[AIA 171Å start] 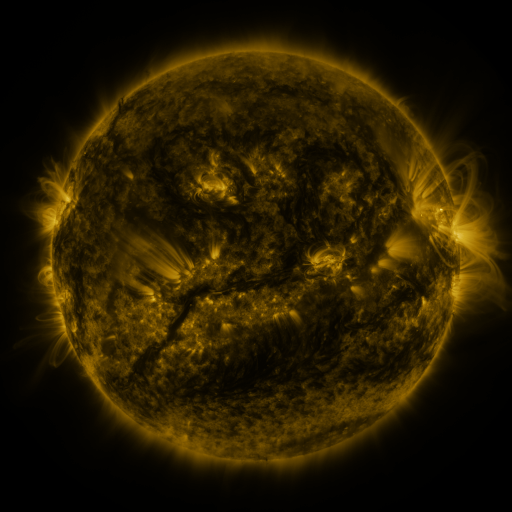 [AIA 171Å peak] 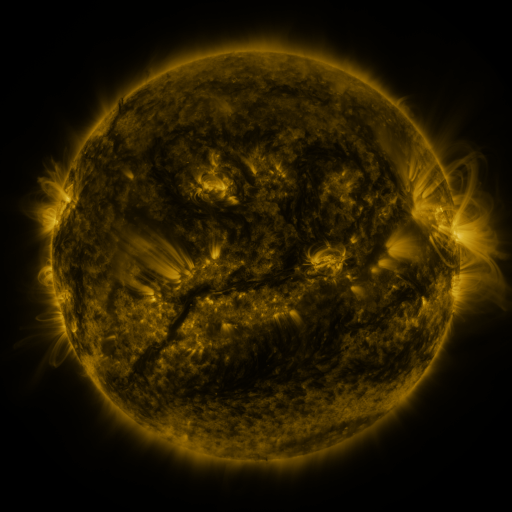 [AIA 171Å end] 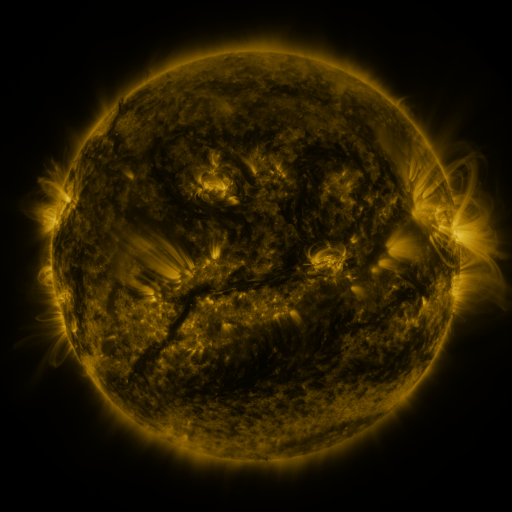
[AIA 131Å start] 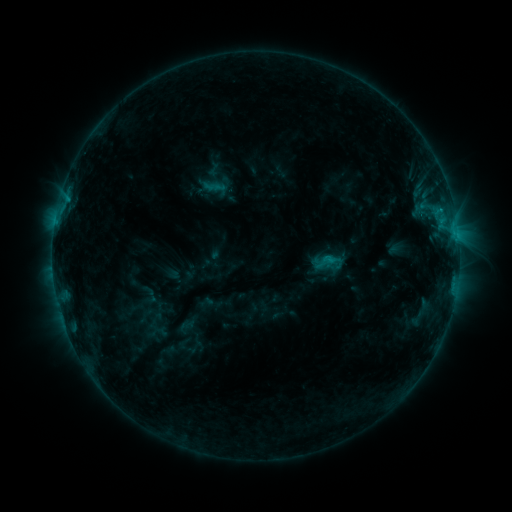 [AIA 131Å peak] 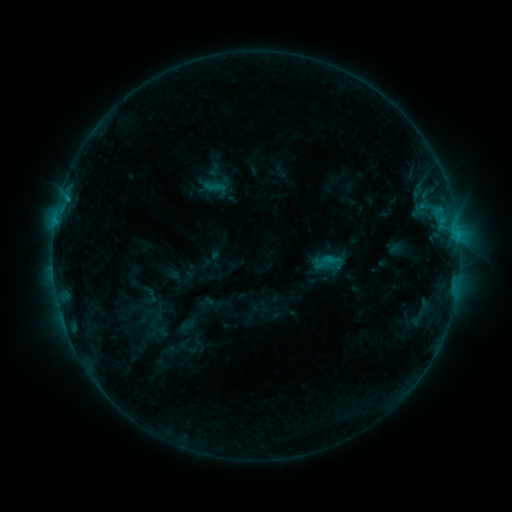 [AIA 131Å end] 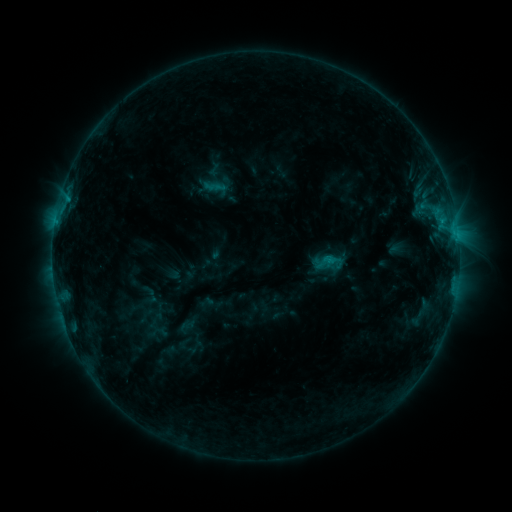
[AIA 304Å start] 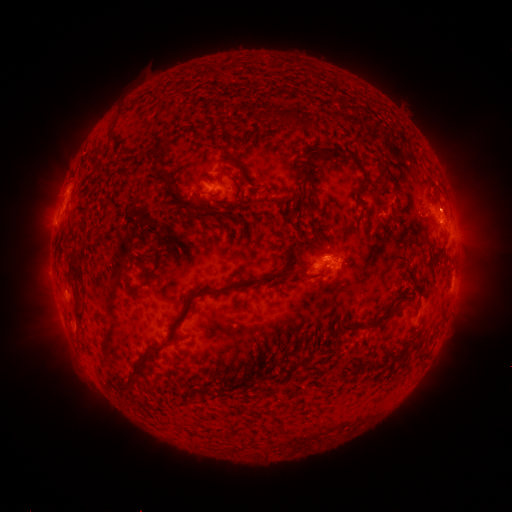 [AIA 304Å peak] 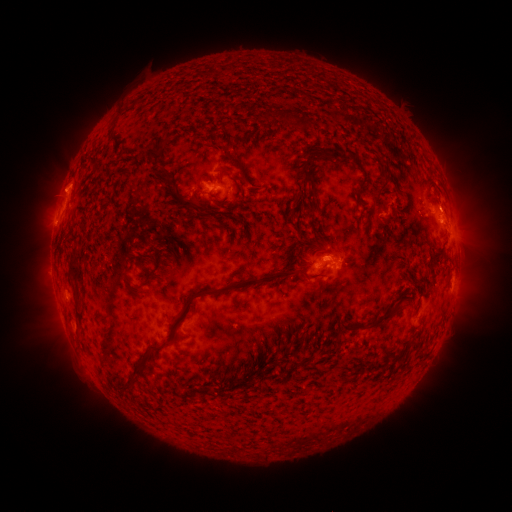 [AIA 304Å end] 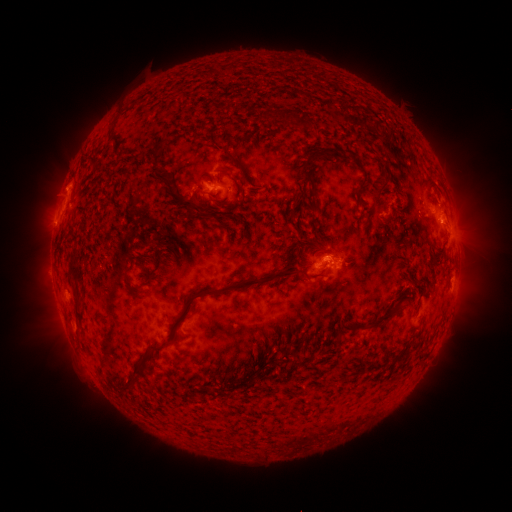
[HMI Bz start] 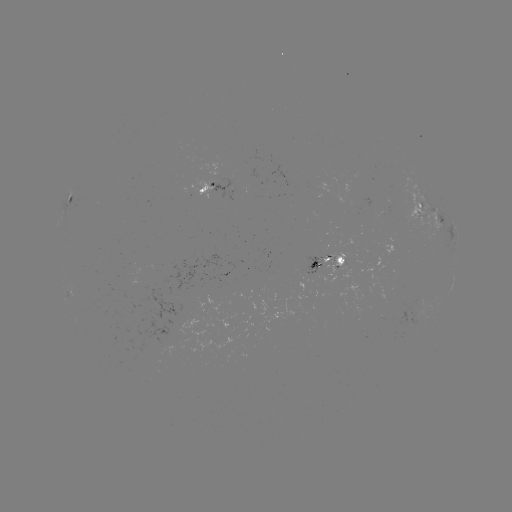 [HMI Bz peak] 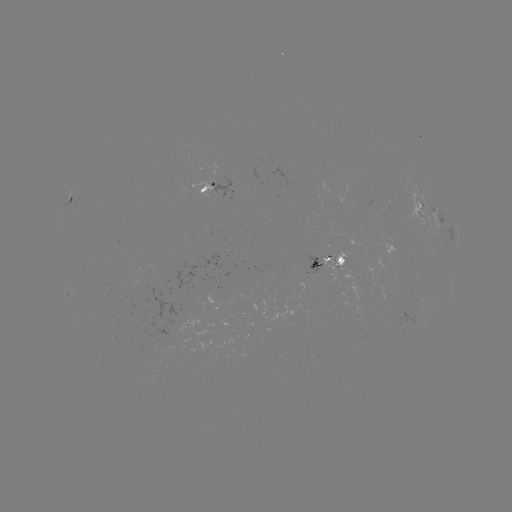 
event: eruption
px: (65, 189)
